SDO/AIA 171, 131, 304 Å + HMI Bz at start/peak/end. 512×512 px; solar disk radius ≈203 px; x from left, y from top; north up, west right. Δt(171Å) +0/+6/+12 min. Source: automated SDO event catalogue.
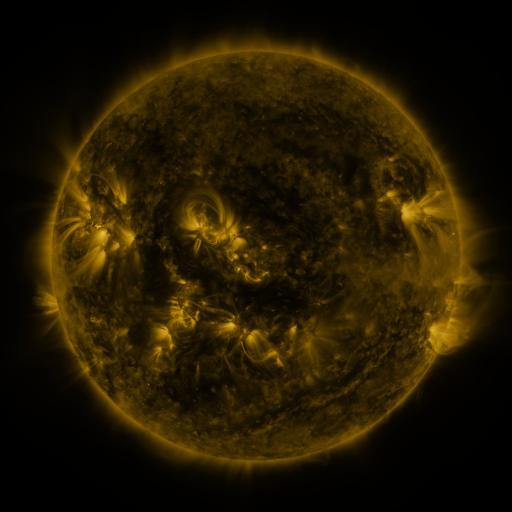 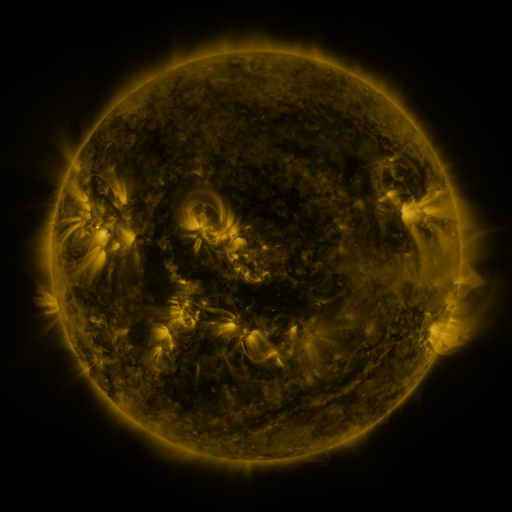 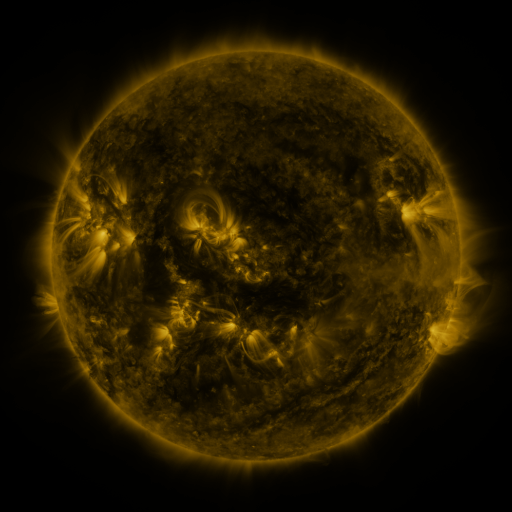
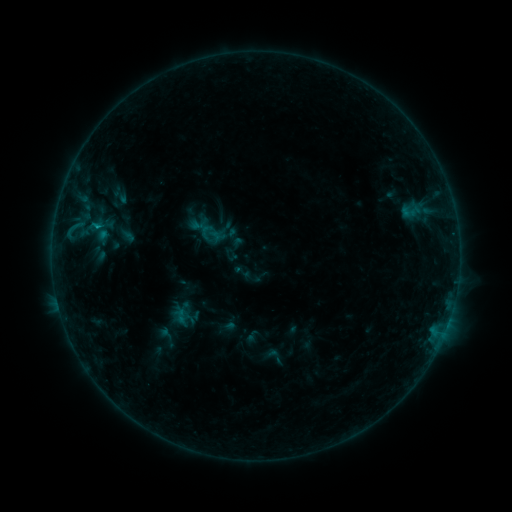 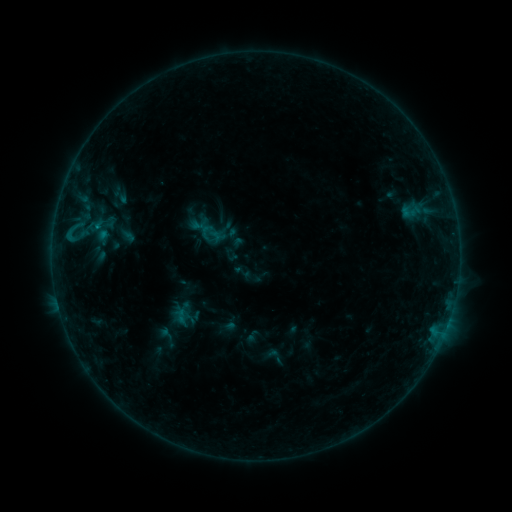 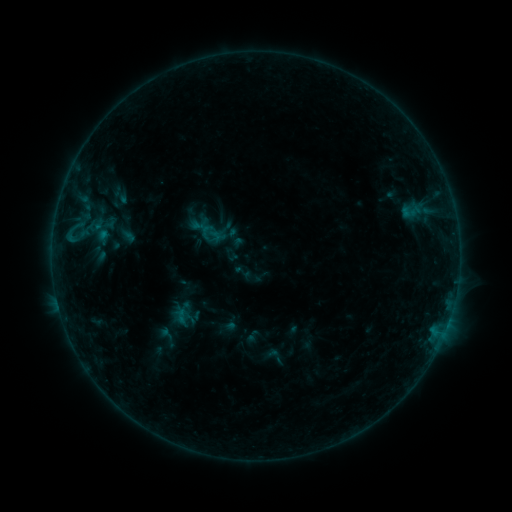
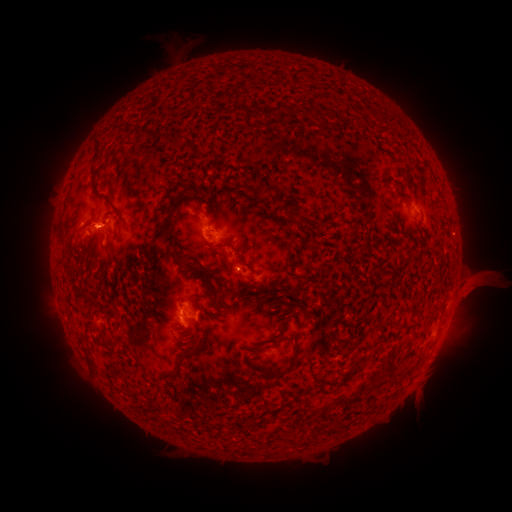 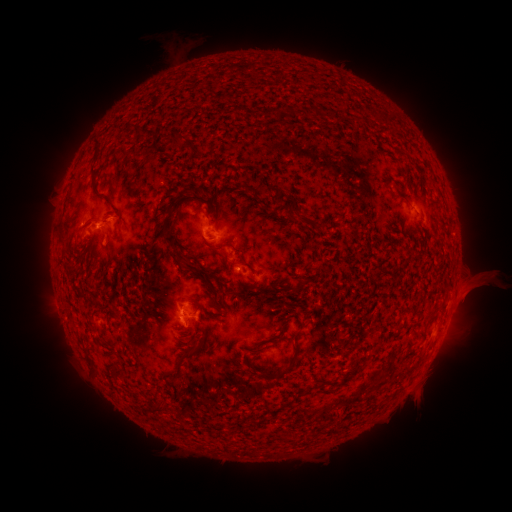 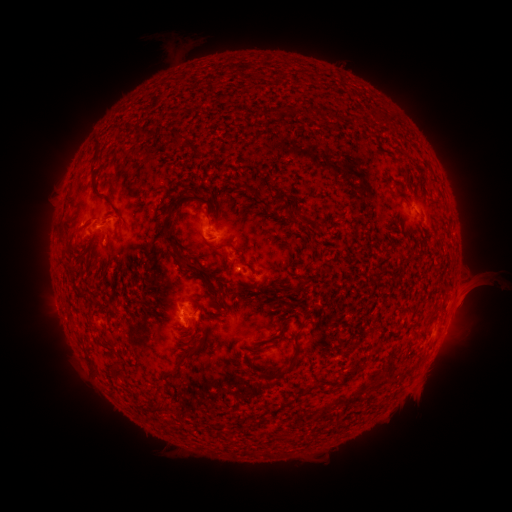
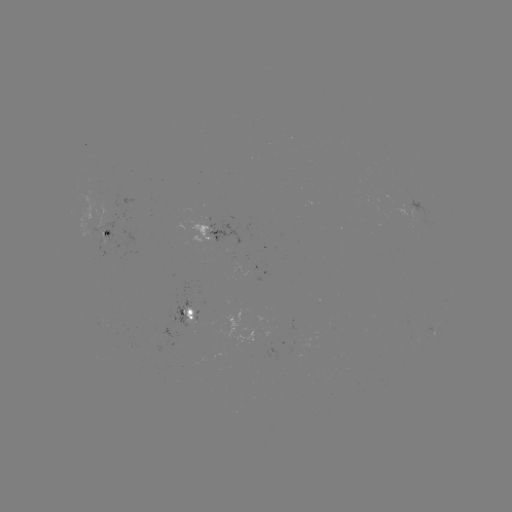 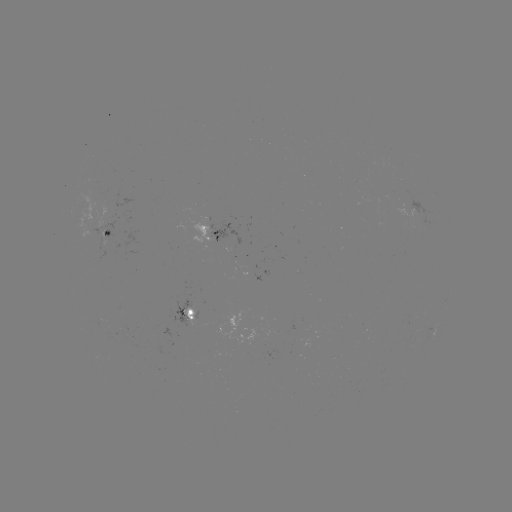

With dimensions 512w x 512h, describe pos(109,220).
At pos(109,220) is eruption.